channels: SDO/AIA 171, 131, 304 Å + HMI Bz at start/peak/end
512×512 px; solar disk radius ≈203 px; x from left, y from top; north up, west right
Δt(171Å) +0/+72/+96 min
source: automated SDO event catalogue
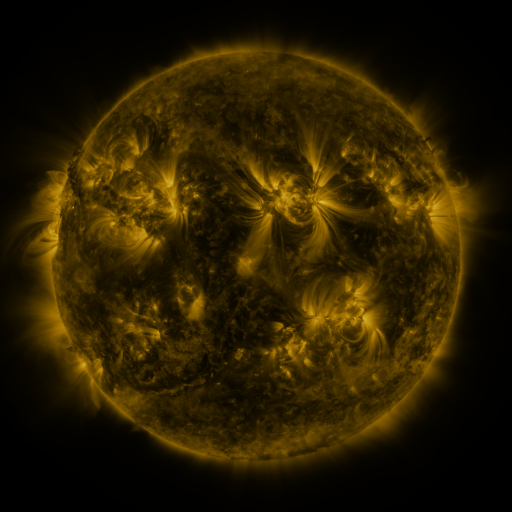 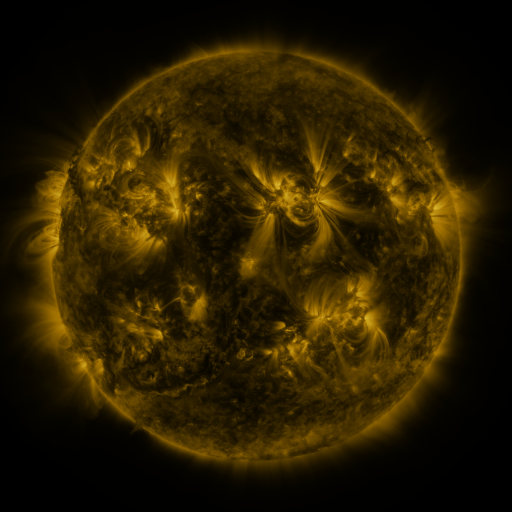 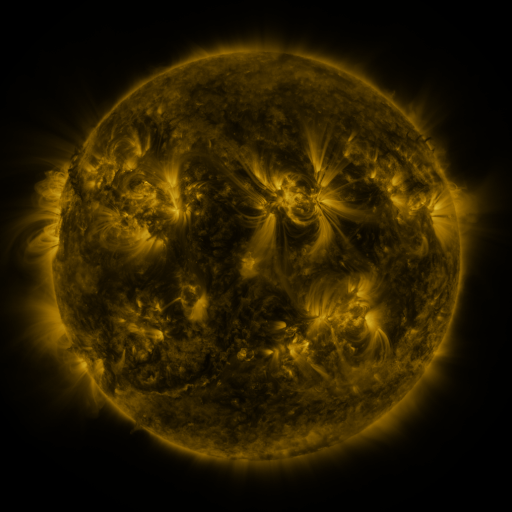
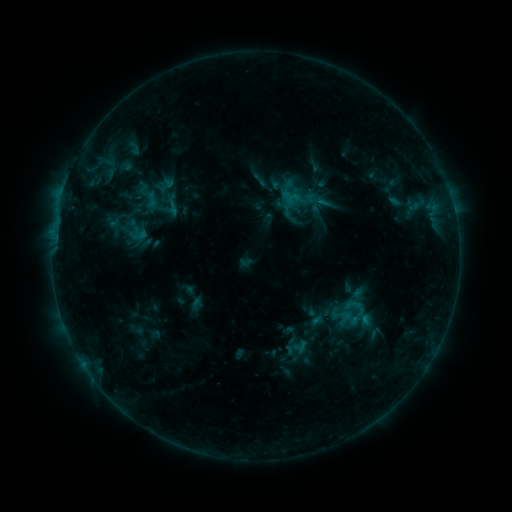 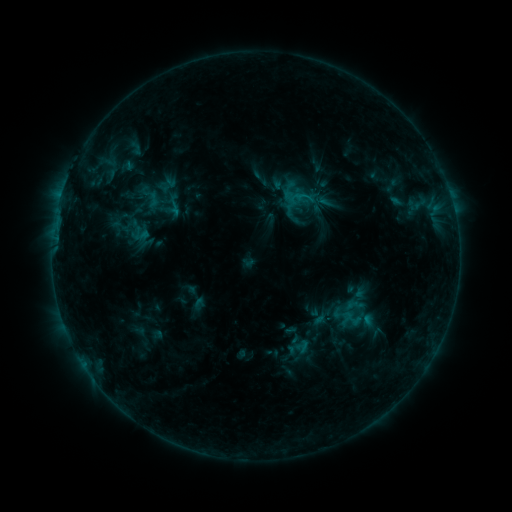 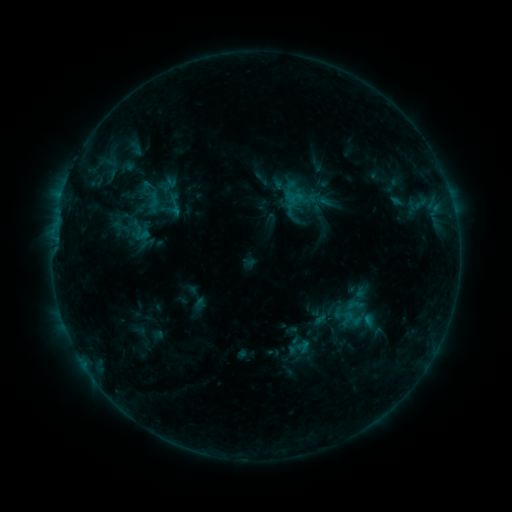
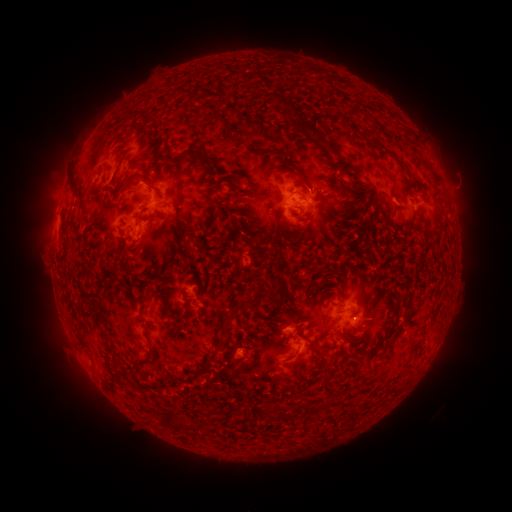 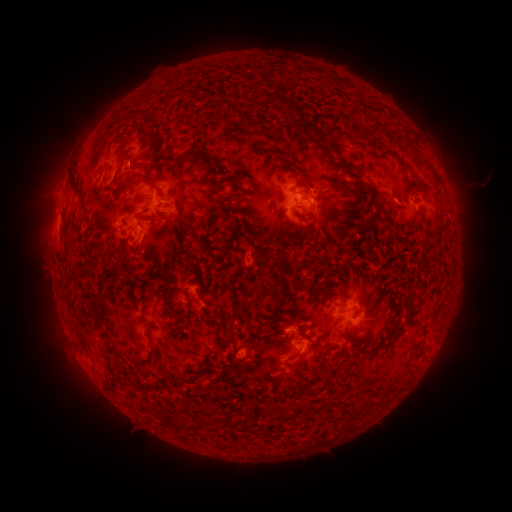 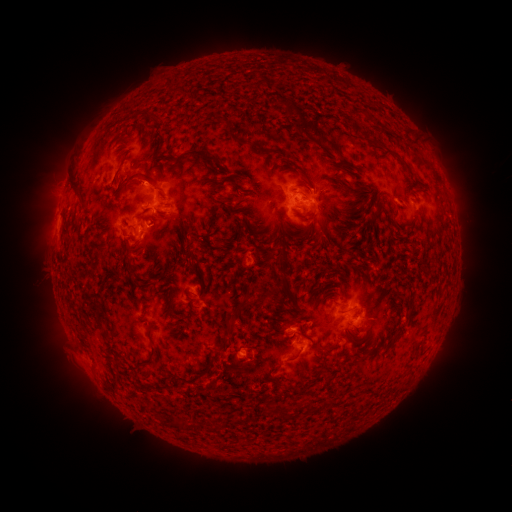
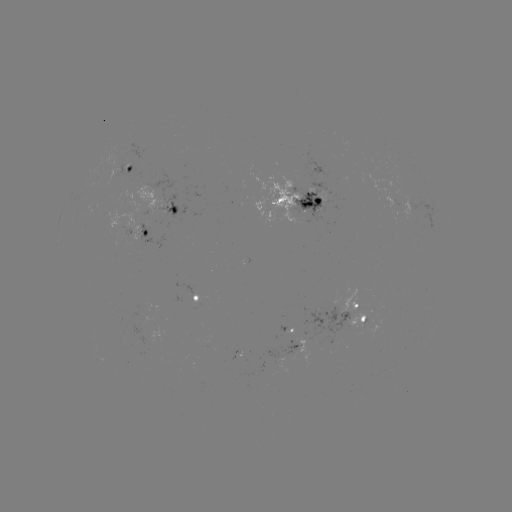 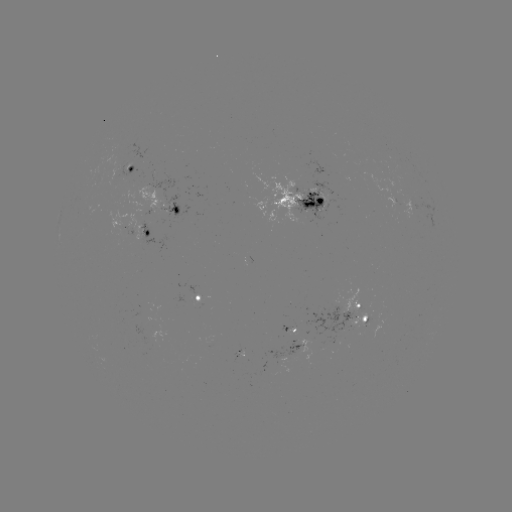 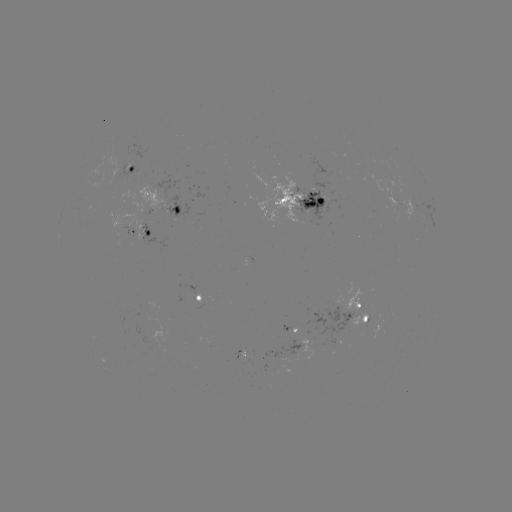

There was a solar emerging-flux region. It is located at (115, 171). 